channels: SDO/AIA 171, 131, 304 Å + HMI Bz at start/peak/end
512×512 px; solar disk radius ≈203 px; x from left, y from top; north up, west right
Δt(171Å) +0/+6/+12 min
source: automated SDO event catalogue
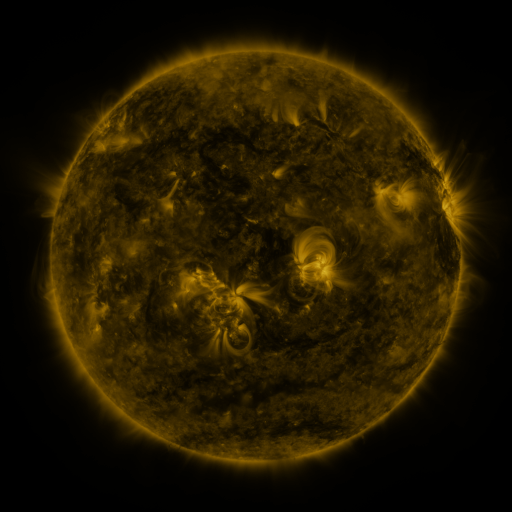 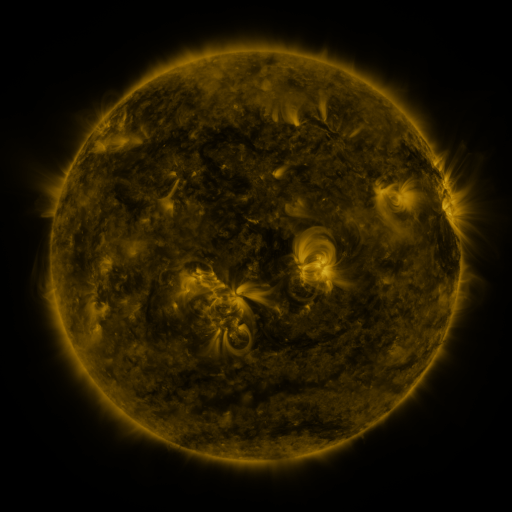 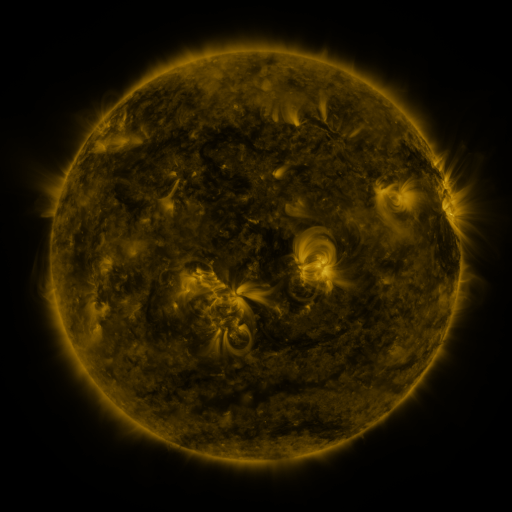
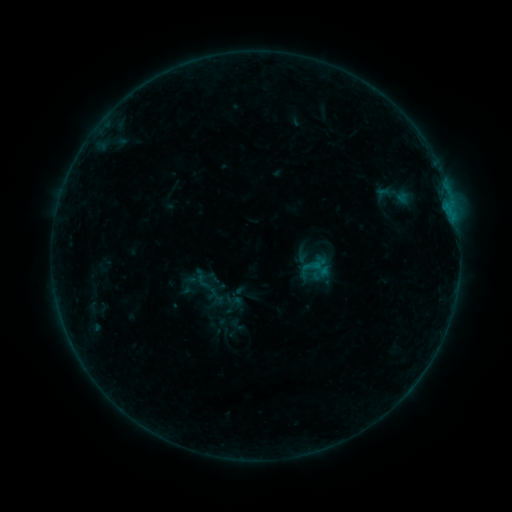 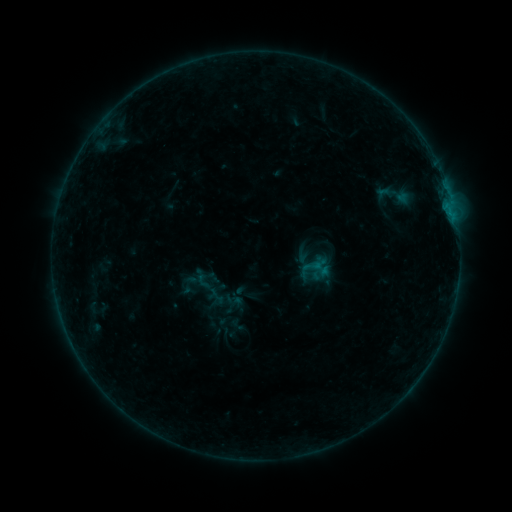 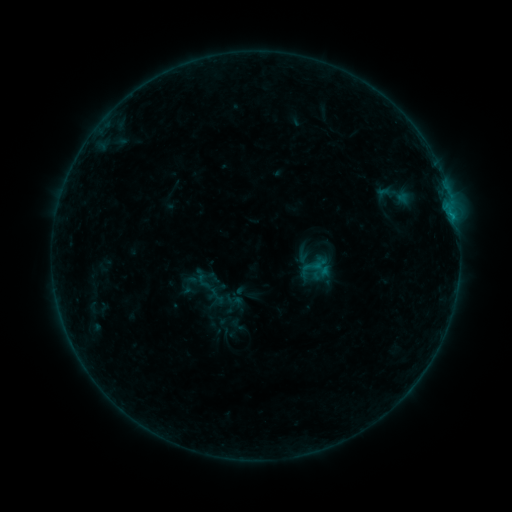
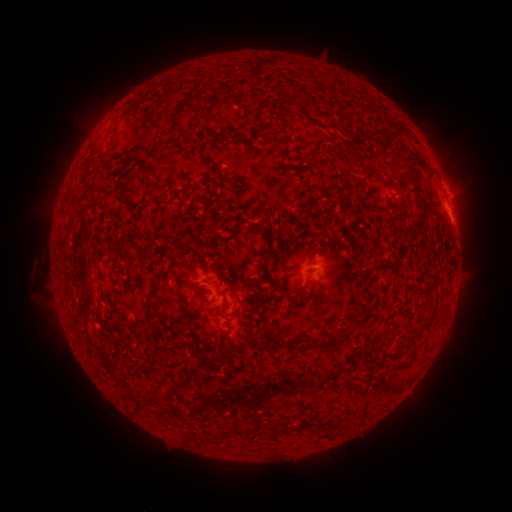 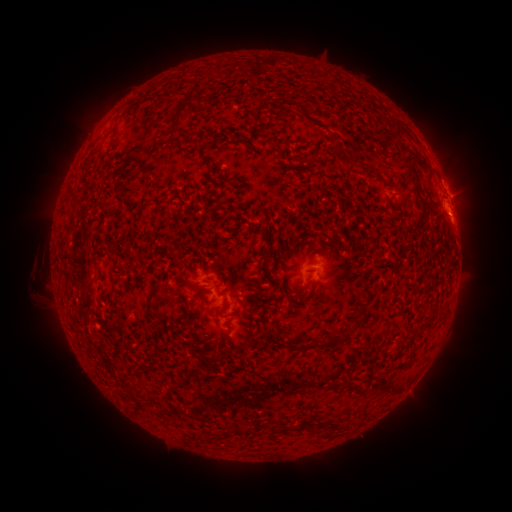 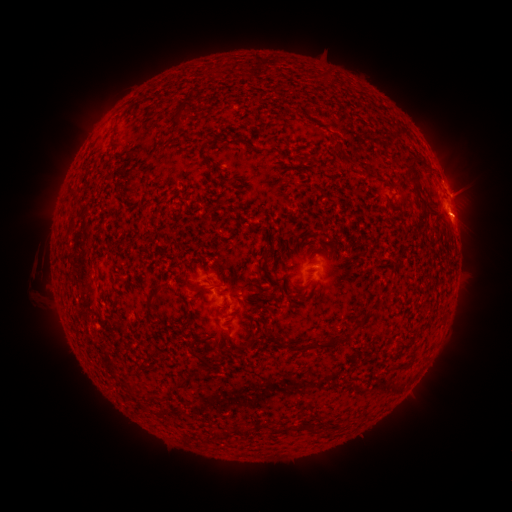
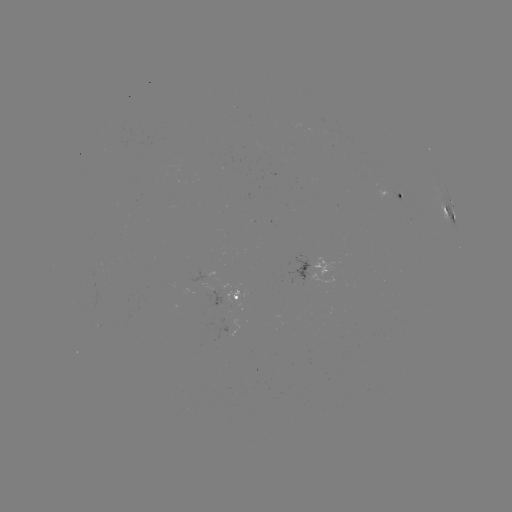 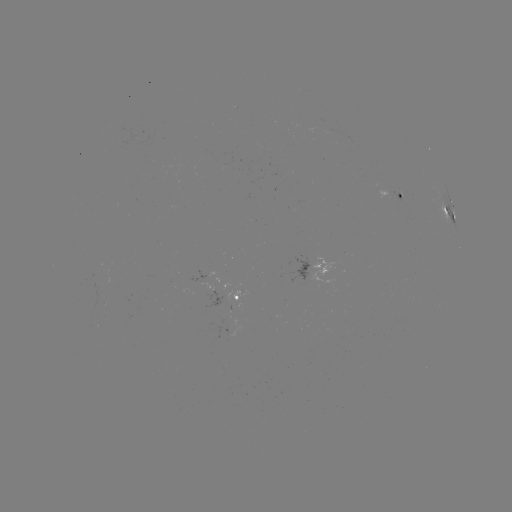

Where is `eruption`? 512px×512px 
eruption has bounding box [437, 187, 495, 242].